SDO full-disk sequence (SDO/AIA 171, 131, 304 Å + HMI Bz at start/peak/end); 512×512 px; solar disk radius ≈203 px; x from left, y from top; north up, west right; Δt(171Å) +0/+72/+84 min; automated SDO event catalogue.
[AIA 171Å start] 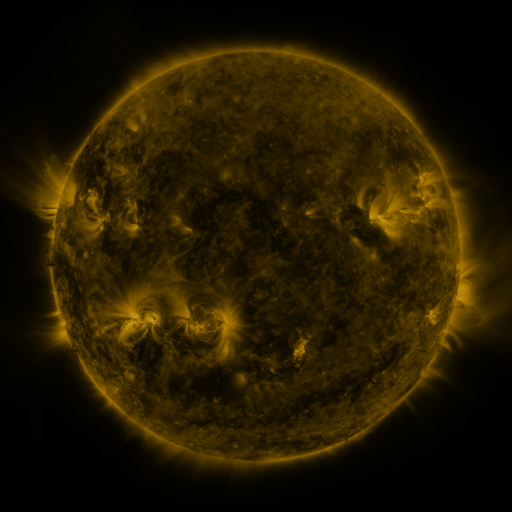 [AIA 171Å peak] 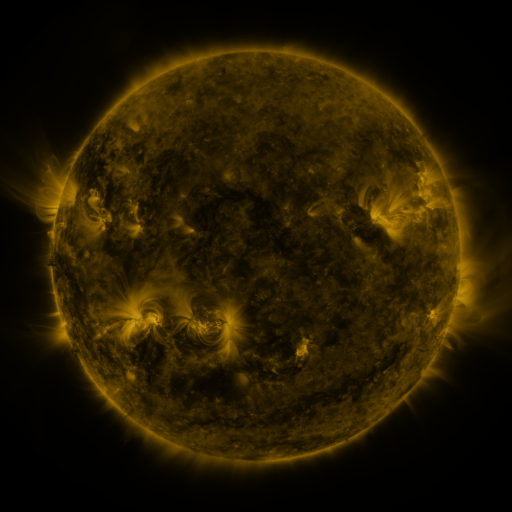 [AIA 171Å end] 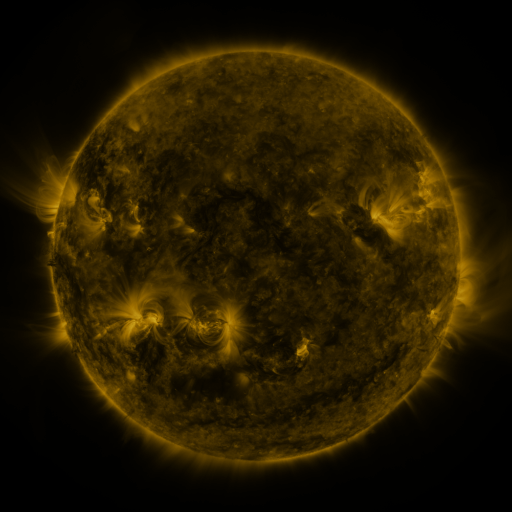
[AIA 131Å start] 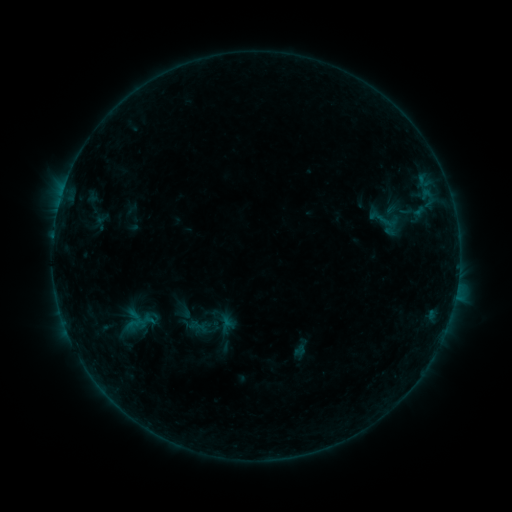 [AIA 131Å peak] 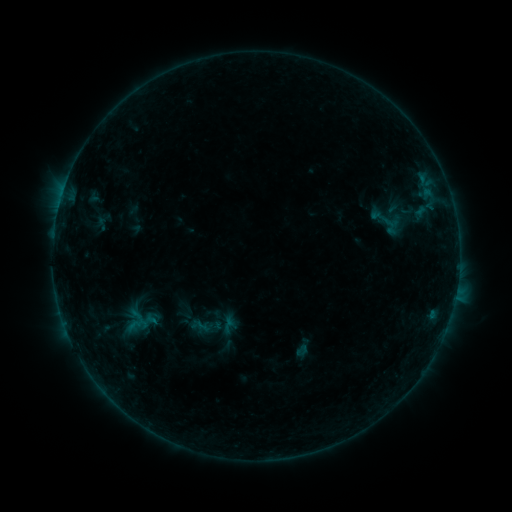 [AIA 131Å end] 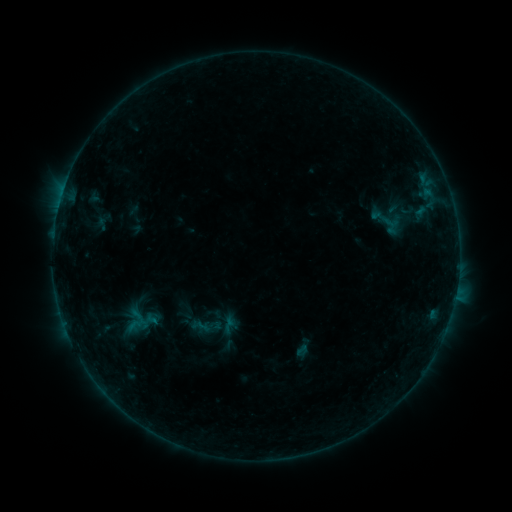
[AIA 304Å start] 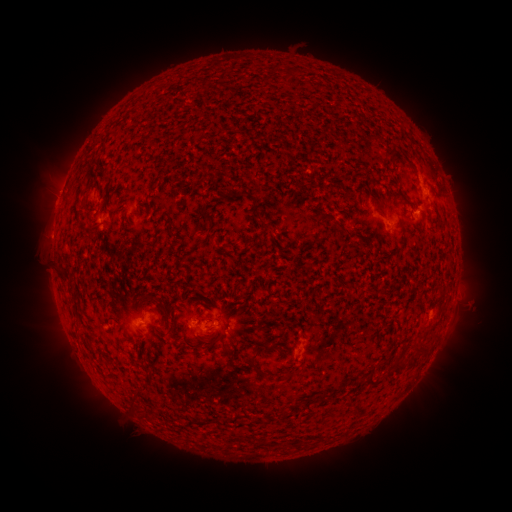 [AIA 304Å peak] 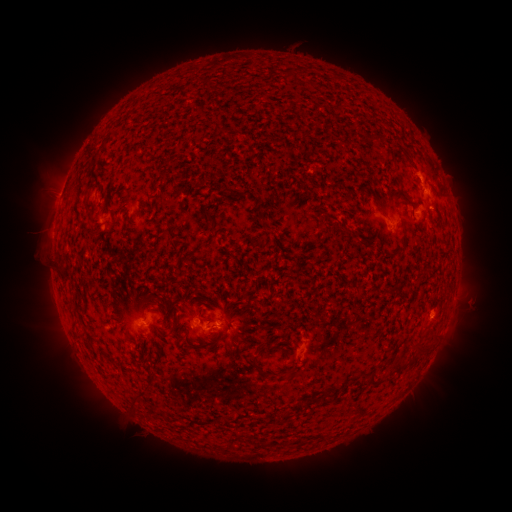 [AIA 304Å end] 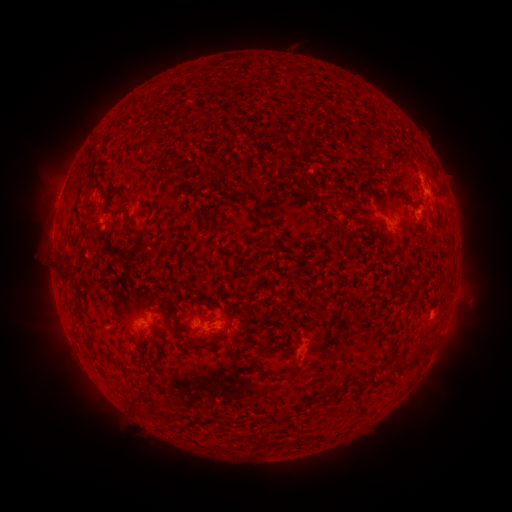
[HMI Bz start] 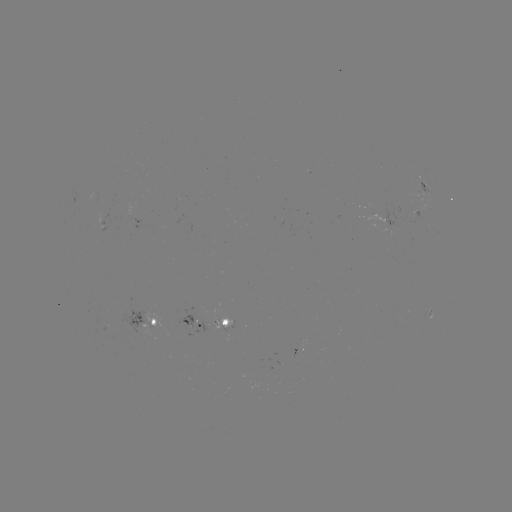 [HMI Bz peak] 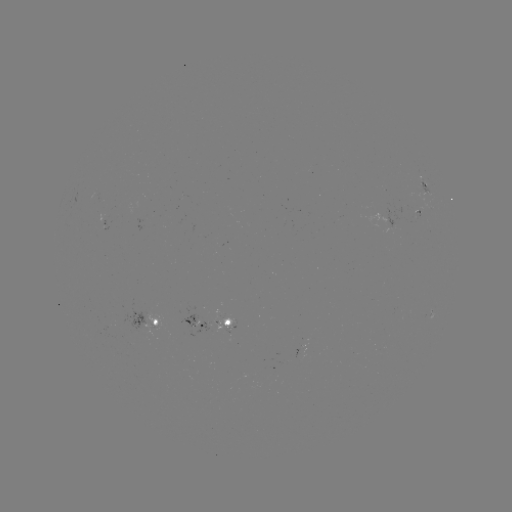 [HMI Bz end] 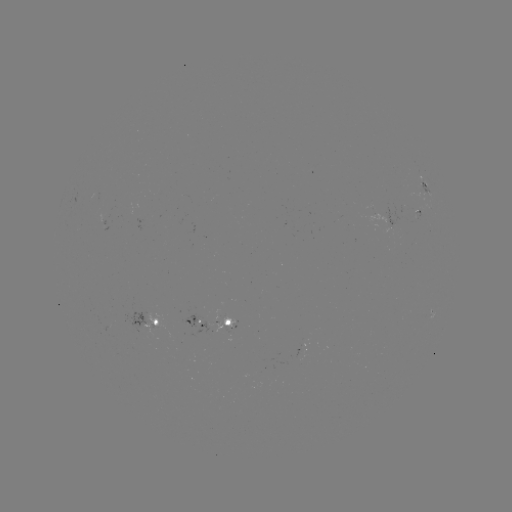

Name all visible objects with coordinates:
emerging-flux region: (191, 324)
